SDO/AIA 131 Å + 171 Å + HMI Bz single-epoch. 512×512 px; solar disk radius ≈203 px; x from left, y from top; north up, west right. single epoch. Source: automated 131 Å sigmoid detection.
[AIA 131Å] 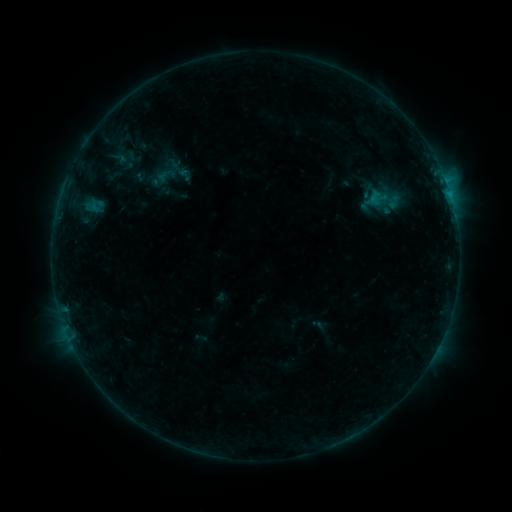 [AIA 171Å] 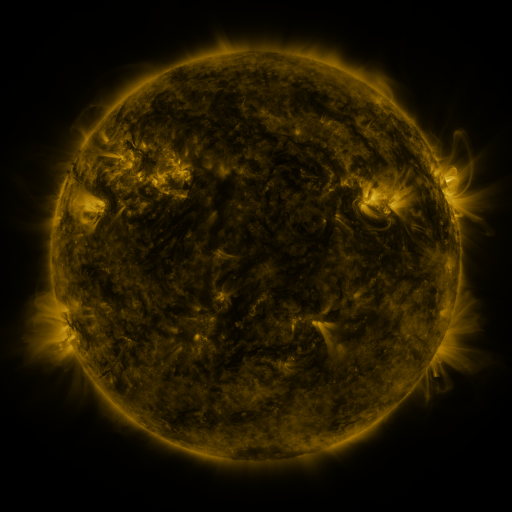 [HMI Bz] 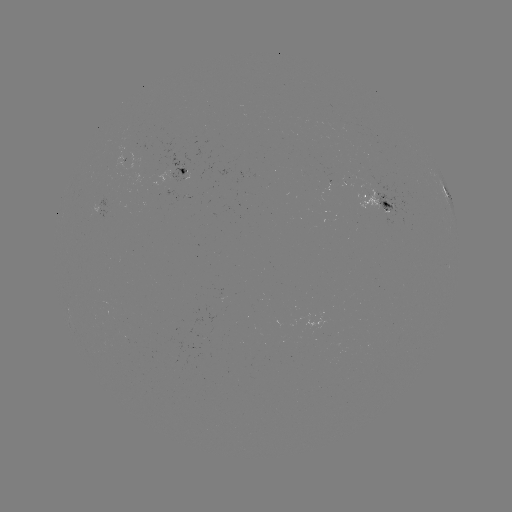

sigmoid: <bbox>369, 187, 390, 205</bbox>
